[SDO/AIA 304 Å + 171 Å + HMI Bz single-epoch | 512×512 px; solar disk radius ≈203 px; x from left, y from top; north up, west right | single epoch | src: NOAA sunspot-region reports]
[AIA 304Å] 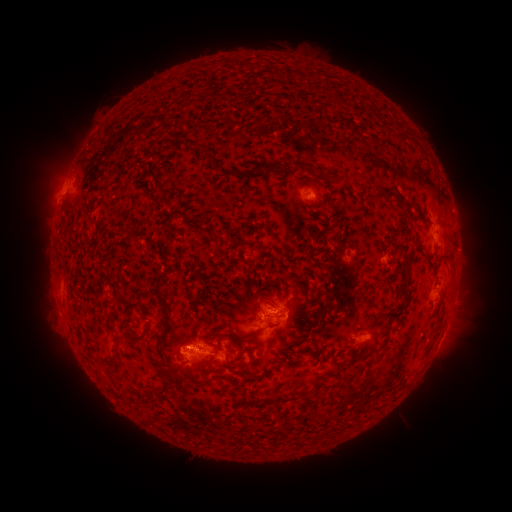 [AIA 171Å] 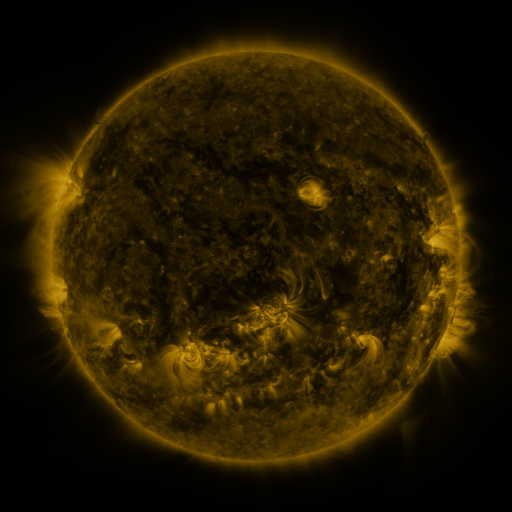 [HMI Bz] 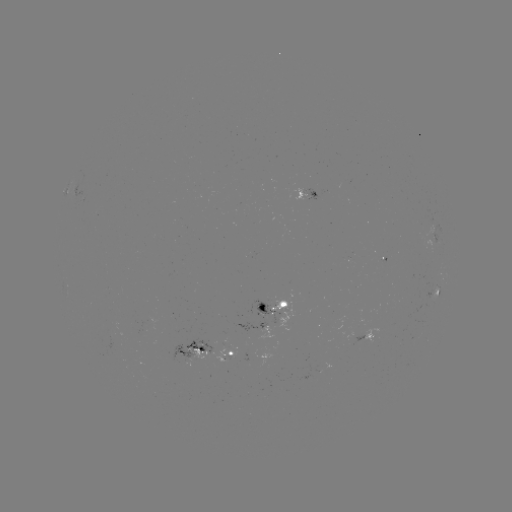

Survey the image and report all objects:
spotted active region: (320, 195)
spotted active region: (438, 293)
spotted active region: (273, 308)
spotted active region: (369, 335)
spotted active region: (194, 350)
spotted active region: (233, 354)
